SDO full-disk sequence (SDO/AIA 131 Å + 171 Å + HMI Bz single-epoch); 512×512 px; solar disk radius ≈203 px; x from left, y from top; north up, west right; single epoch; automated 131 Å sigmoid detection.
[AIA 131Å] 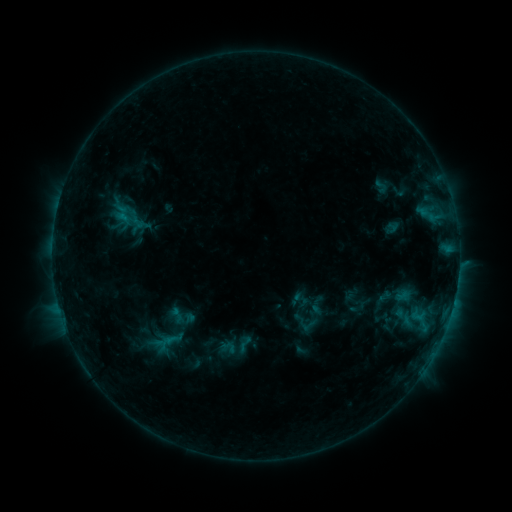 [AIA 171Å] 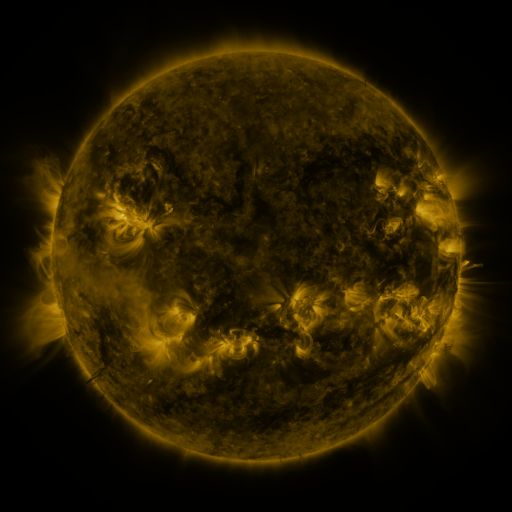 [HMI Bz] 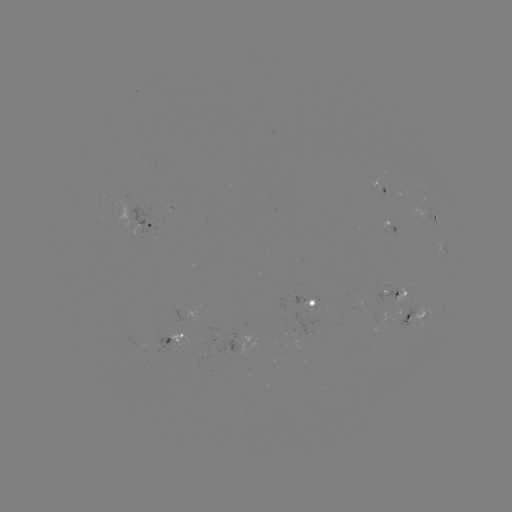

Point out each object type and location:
sigmoid: (381, 186)
sigmoid: (404, 317)
sigmoid: (244, 344)
